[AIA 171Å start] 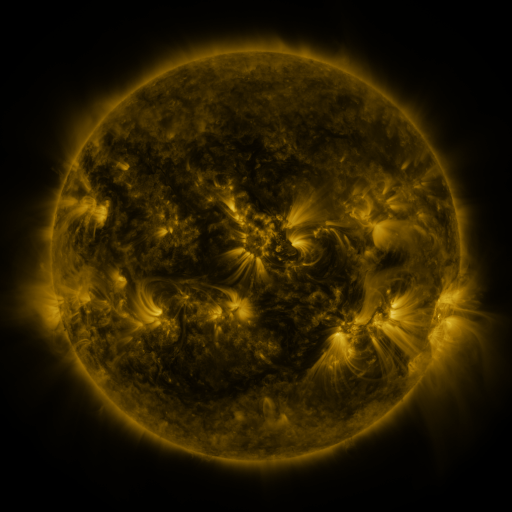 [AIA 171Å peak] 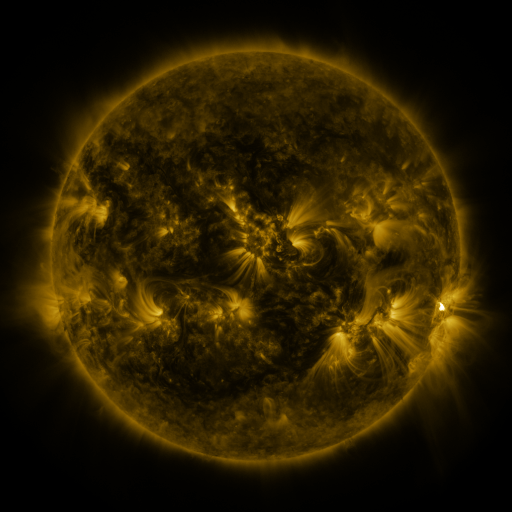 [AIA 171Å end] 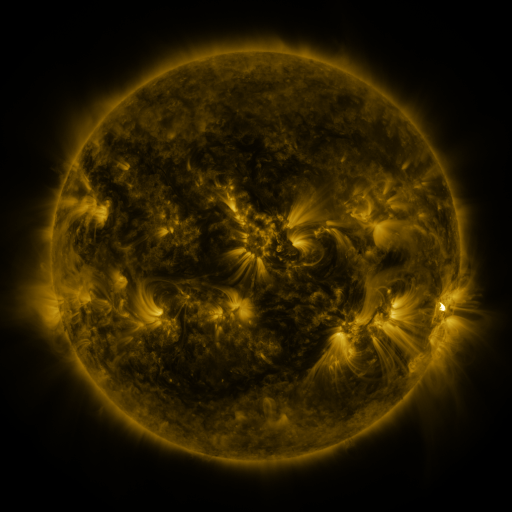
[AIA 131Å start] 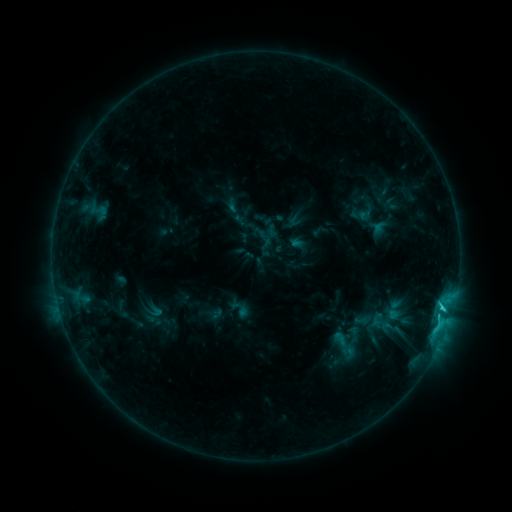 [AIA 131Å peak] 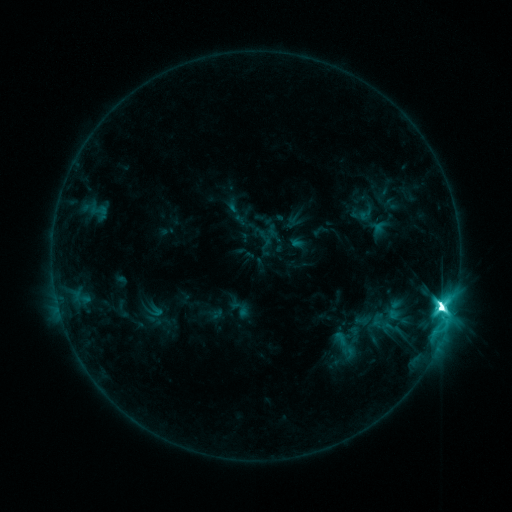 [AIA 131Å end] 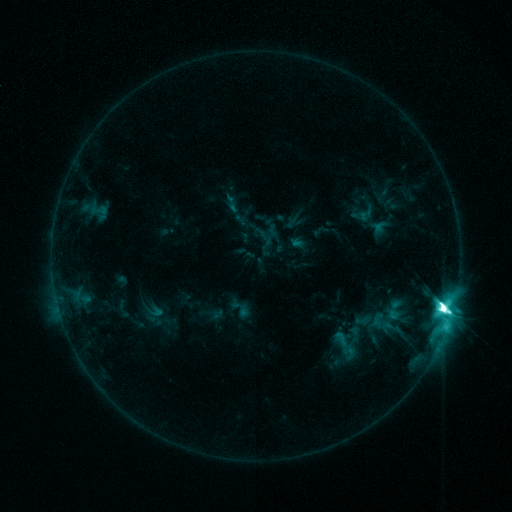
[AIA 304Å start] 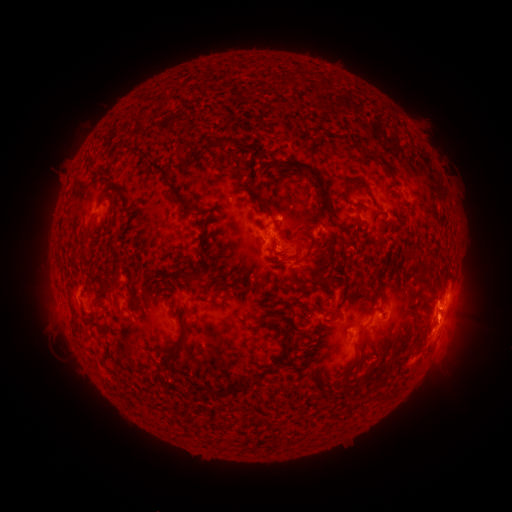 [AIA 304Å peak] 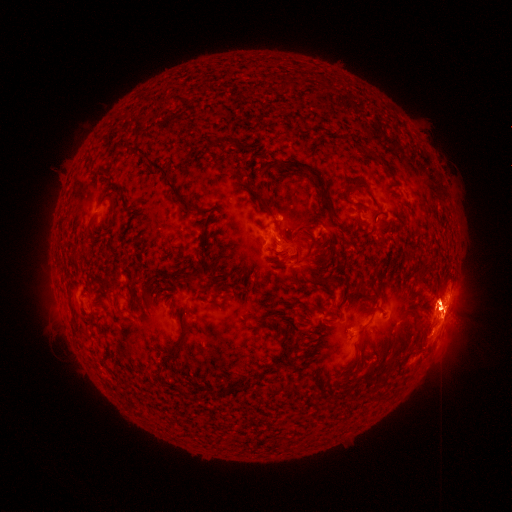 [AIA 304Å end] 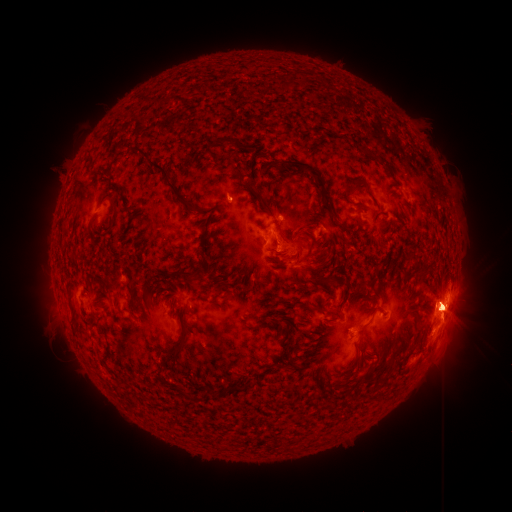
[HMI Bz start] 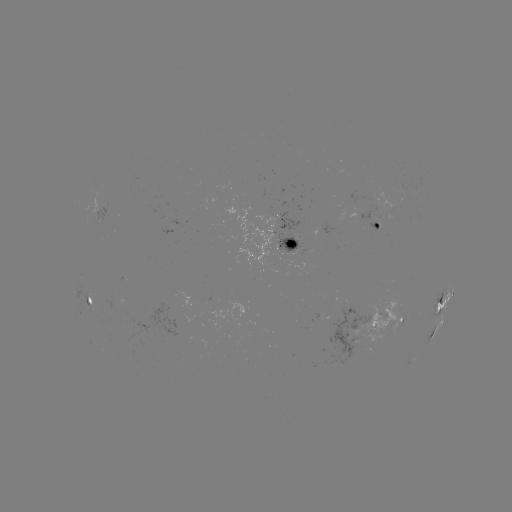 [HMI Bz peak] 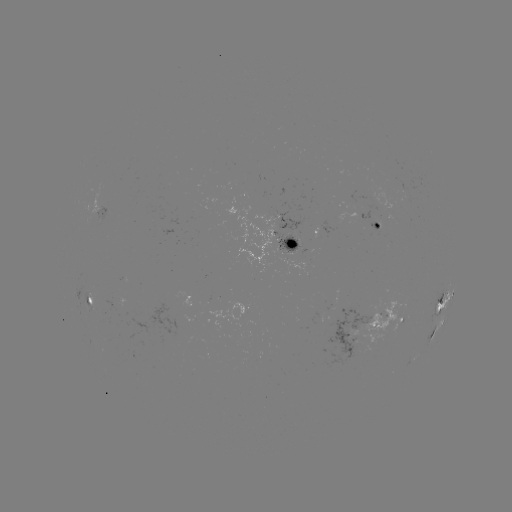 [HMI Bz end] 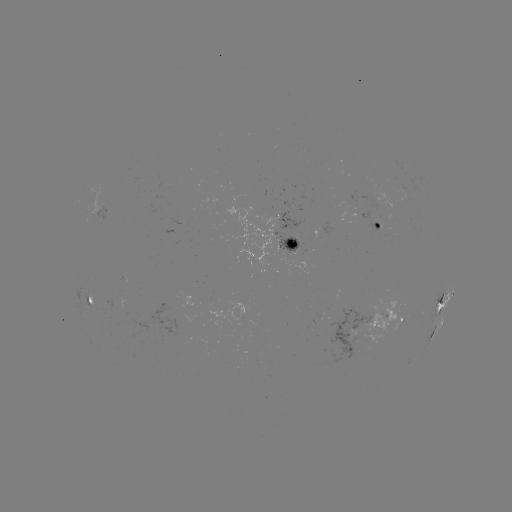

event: flare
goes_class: X1.0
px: (441, 304)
